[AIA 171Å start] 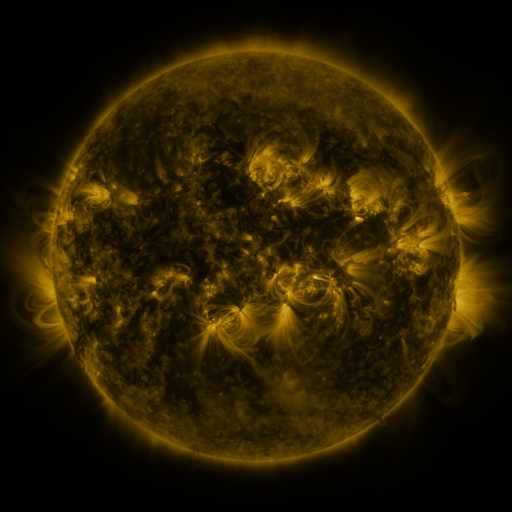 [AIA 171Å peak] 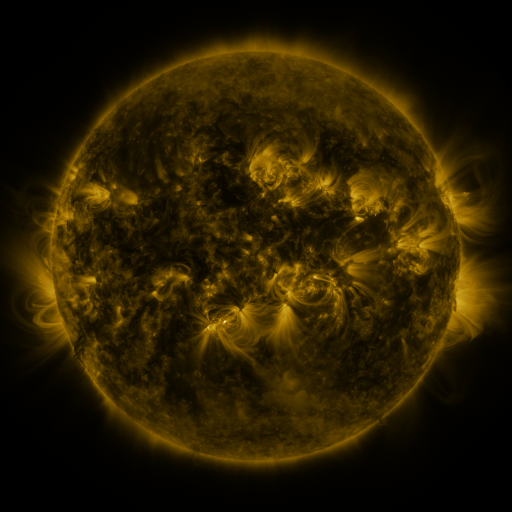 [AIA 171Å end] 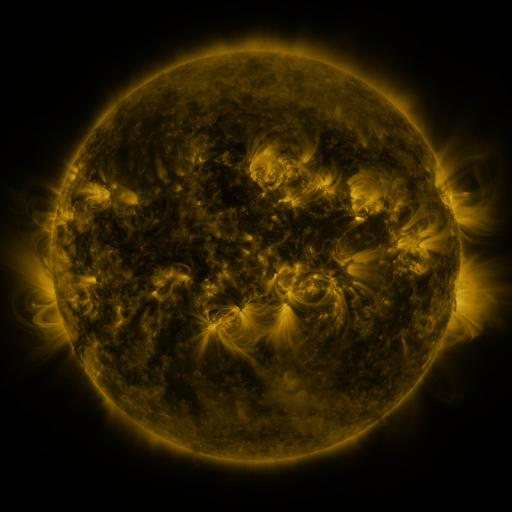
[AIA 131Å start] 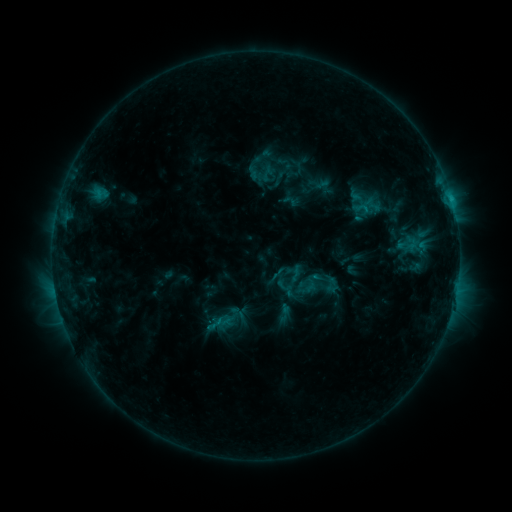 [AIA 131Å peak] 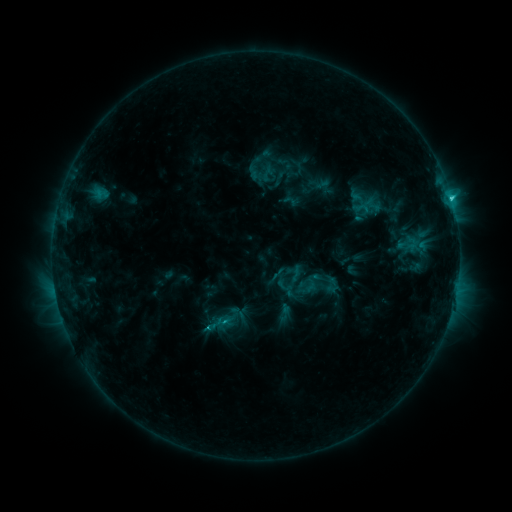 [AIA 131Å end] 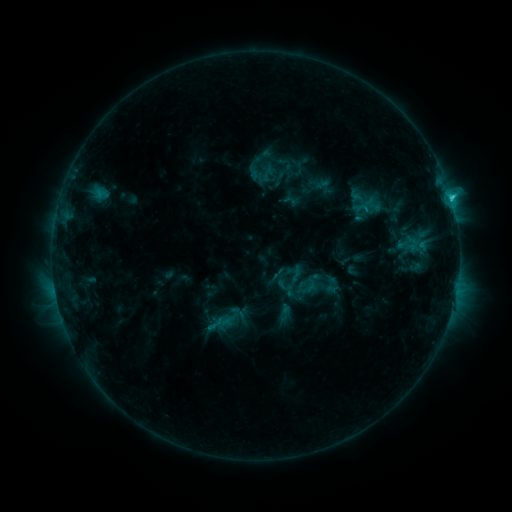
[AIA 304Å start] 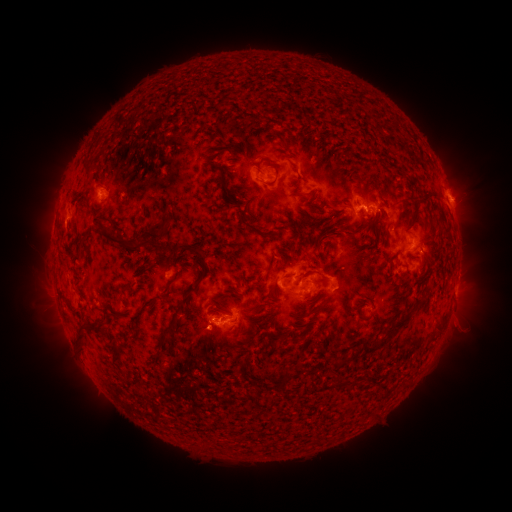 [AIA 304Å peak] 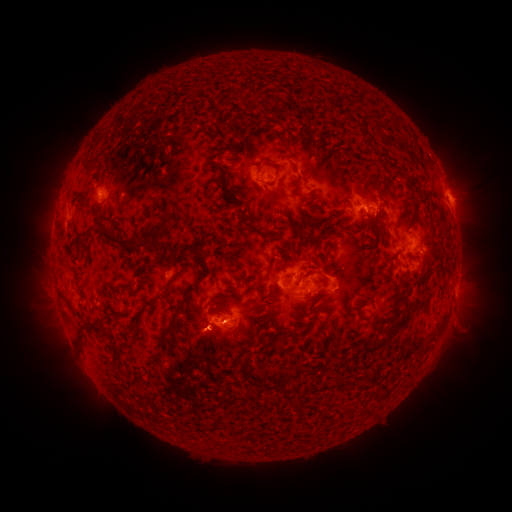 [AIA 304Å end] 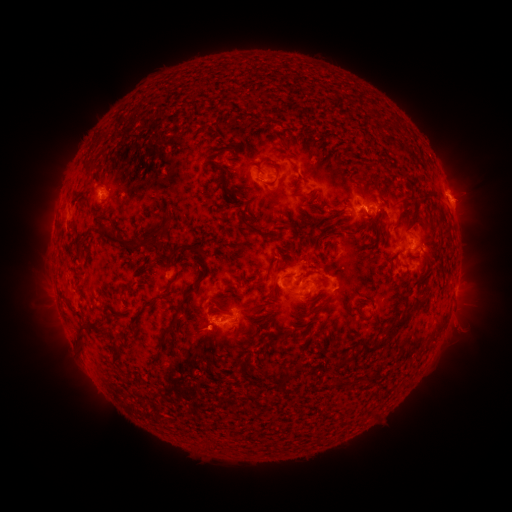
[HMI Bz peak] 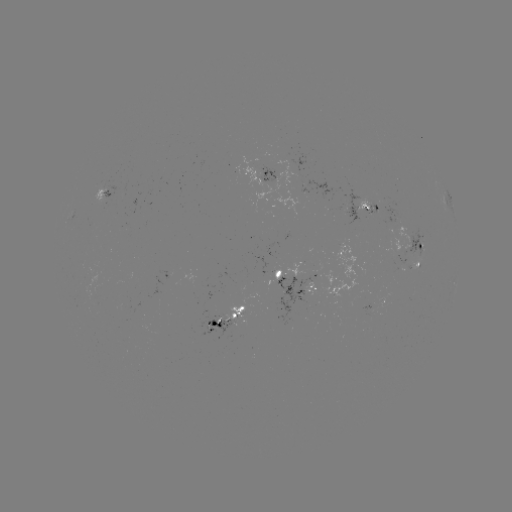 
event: flare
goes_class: C2.0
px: (450, 199)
